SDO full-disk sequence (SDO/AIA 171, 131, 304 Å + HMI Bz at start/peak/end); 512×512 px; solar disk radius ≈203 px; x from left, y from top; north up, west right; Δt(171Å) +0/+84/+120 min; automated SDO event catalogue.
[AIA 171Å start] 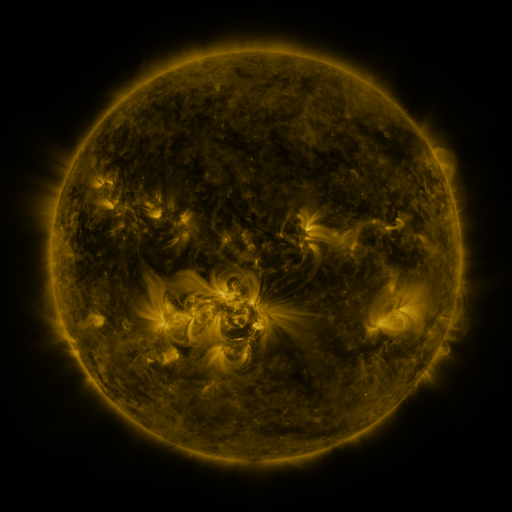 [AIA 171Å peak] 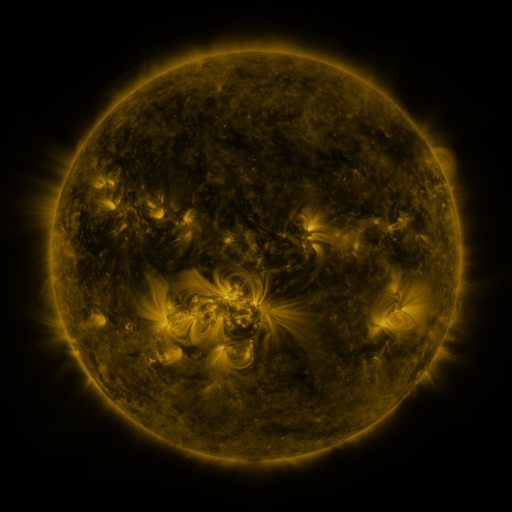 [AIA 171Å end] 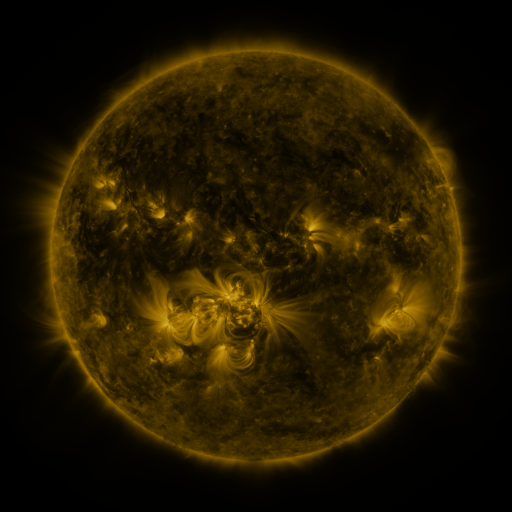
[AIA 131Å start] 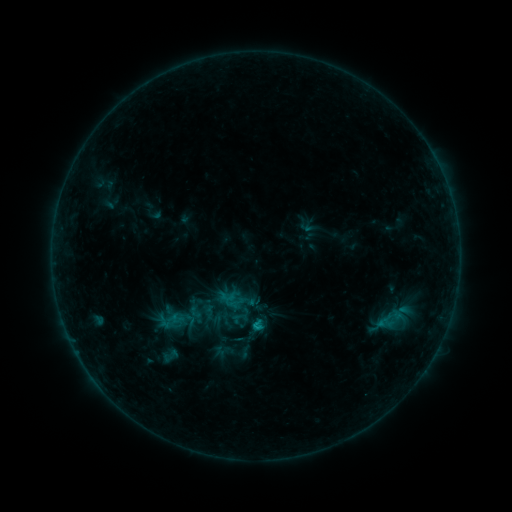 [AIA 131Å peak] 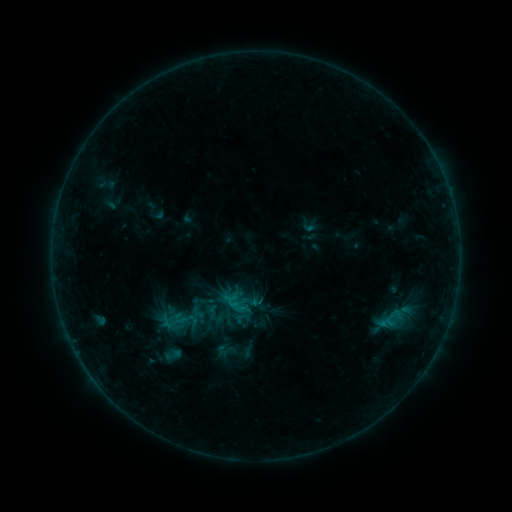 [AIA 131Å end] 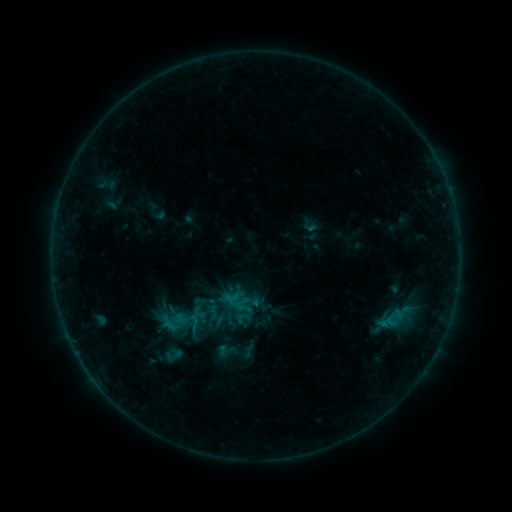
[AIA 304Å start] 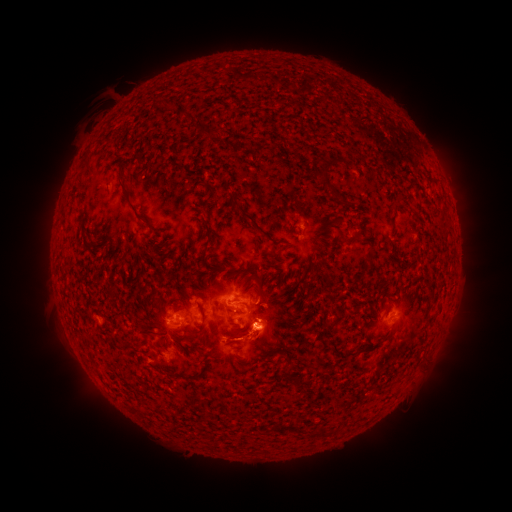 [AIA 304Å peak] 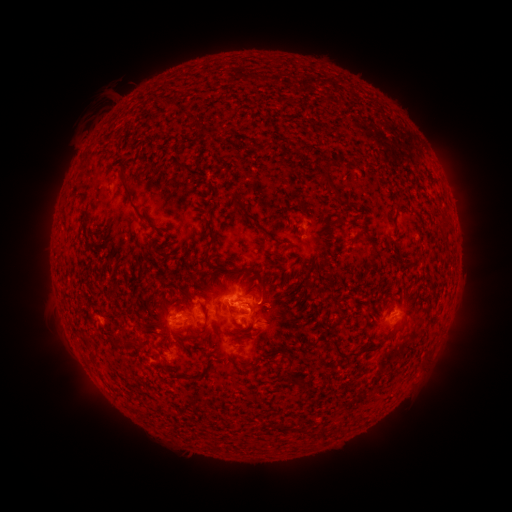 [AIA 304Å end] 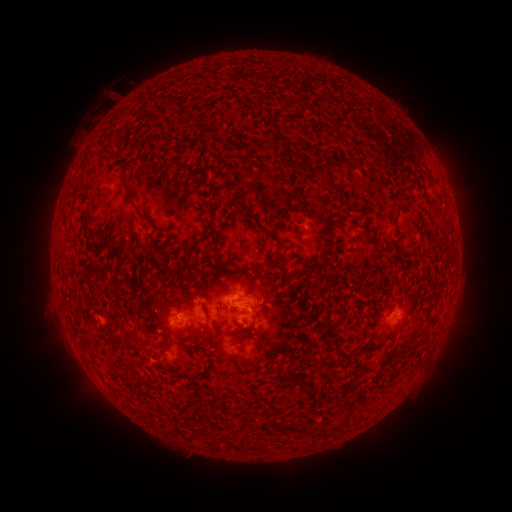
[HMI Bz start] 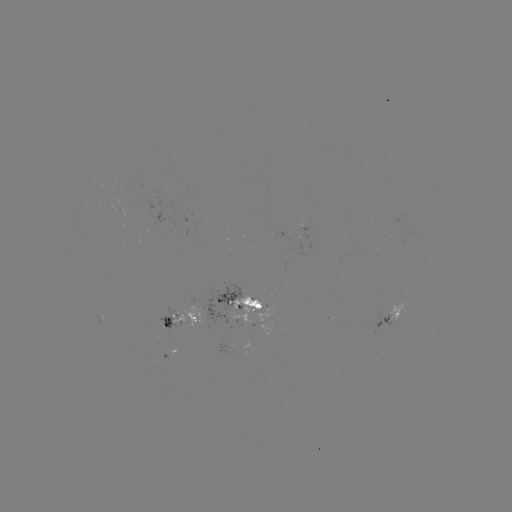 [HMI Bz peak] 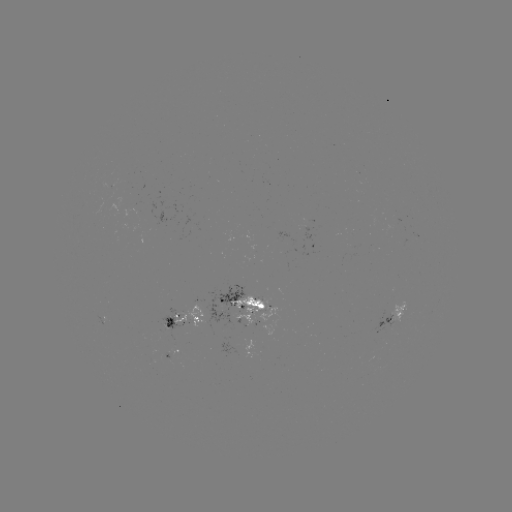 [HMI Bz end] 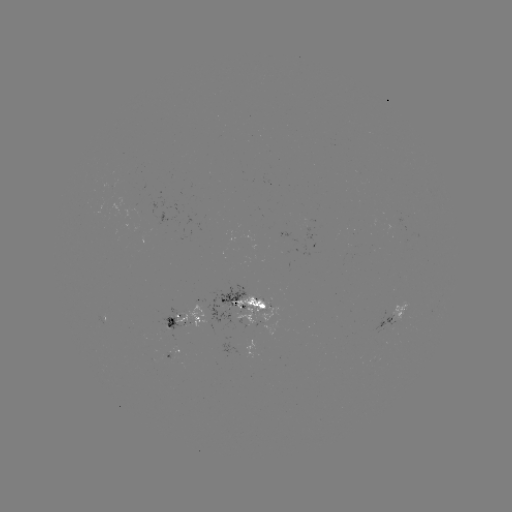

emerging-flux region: [164, 333, 182, 356]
